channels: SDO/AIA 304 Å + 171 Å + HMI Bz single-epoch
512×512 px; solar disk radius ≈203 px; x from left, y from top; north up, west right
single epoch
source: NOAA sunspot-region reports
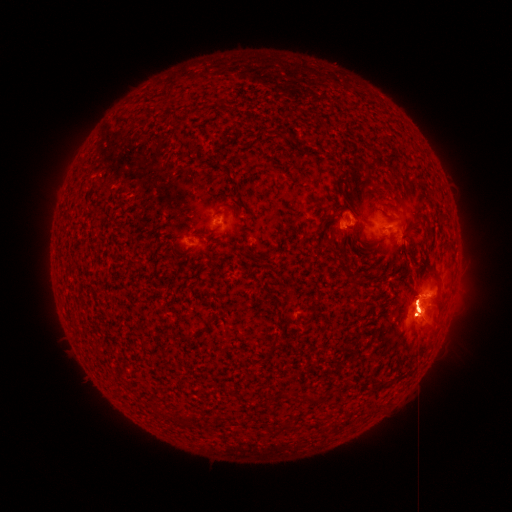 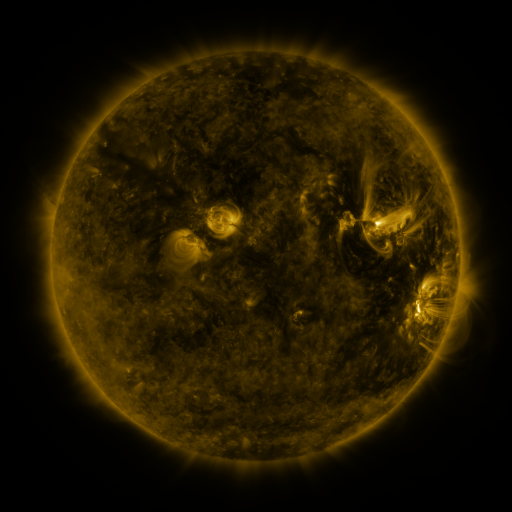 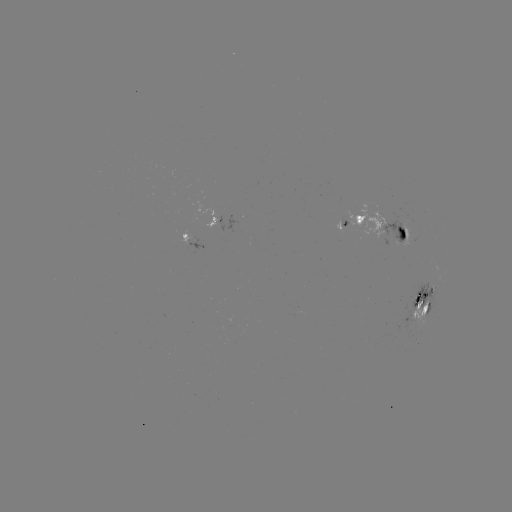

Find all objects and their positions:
spotted active region: (215, 220)
spotted active region: (385, 225)
spotted active region: (345, 229)
spotted active region: (194, 241)
spotted active region: (426, 301)
